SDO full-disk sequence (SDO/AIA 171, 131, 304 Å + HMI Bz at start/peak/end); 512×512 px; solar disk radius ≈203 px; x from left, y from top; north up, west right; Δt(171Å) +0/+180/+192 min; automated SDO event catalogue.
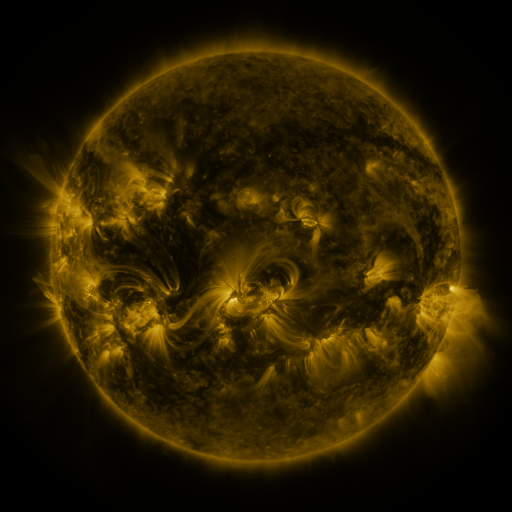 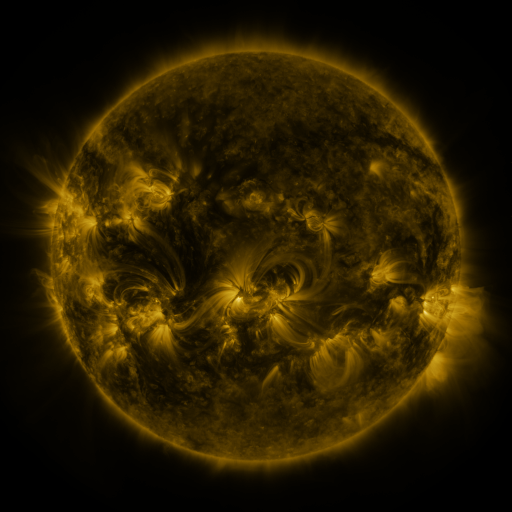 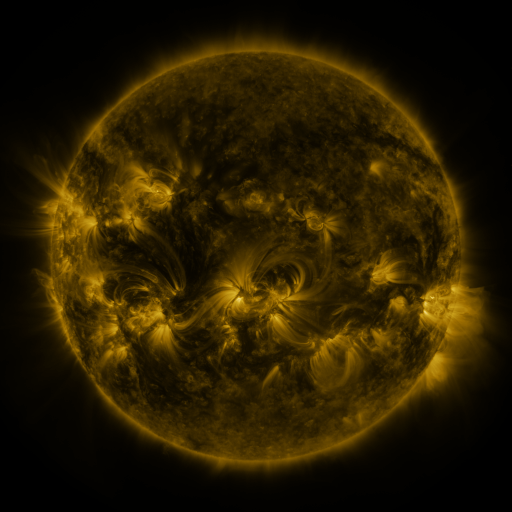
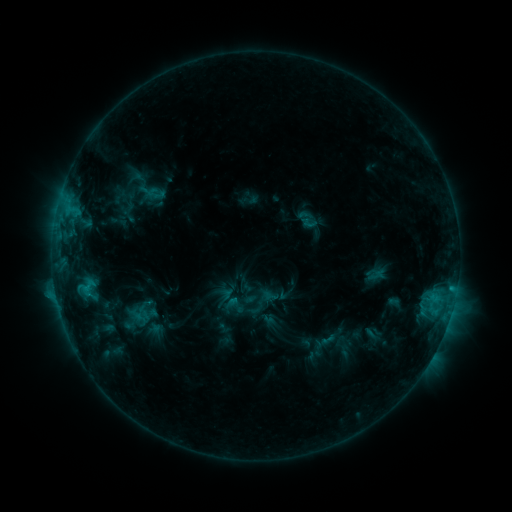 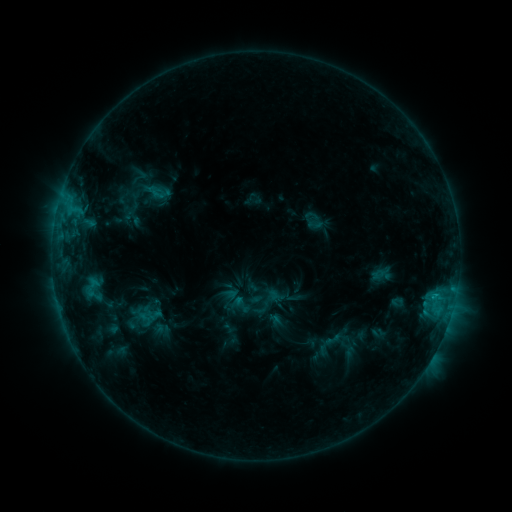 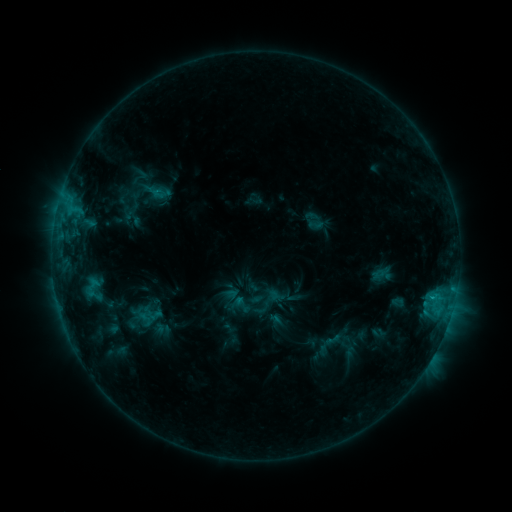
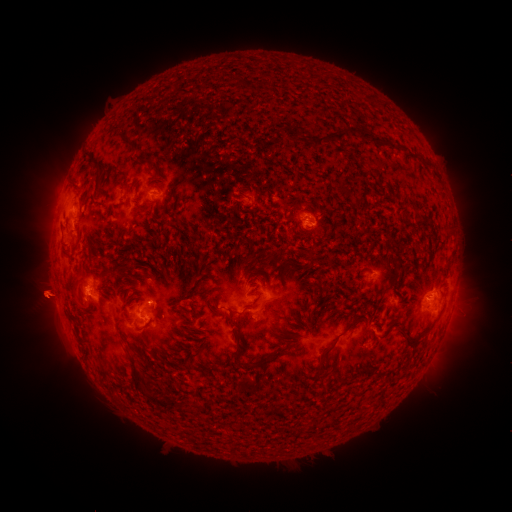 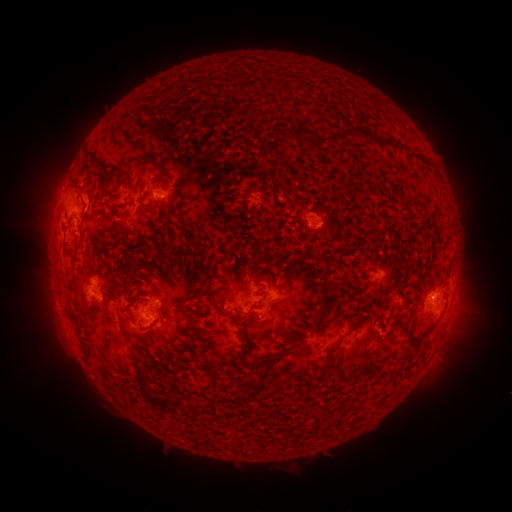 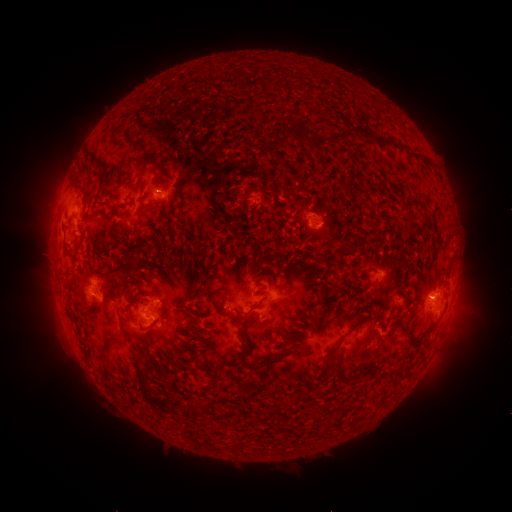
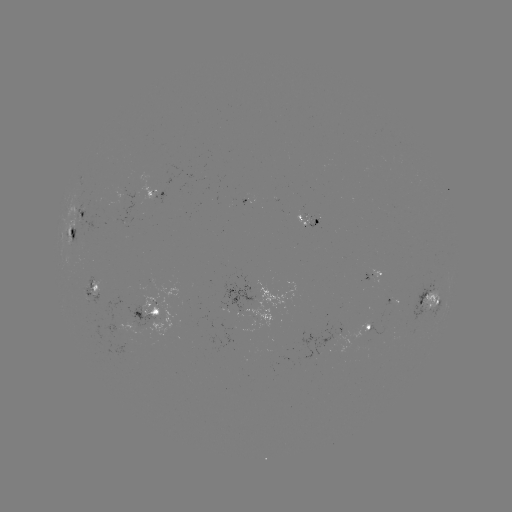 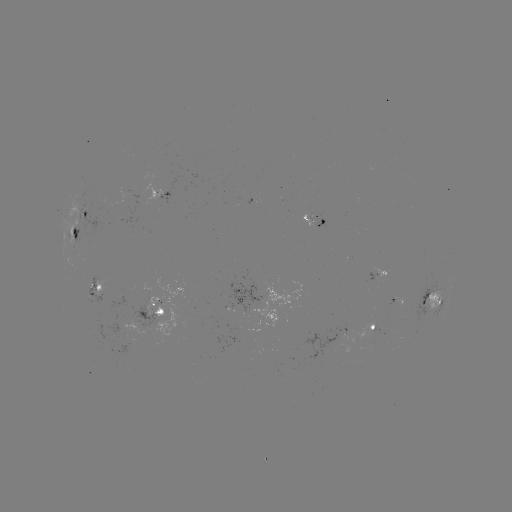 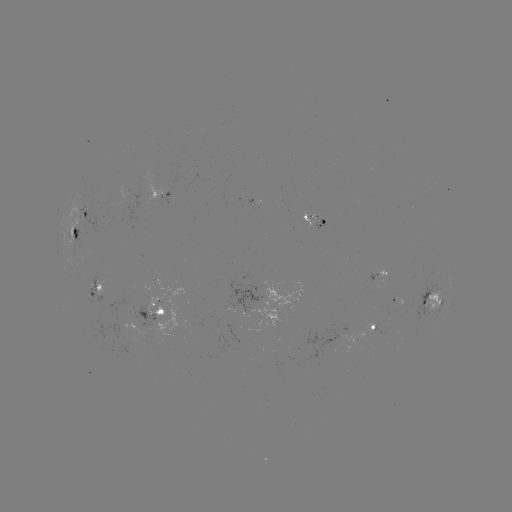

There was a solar emerging-flux region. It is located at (84, 233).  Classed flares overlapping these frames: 1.